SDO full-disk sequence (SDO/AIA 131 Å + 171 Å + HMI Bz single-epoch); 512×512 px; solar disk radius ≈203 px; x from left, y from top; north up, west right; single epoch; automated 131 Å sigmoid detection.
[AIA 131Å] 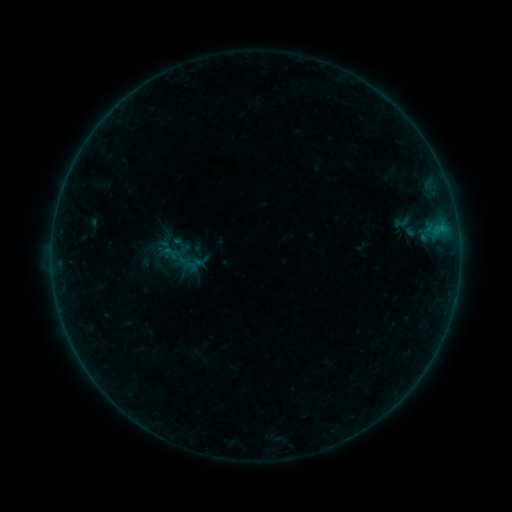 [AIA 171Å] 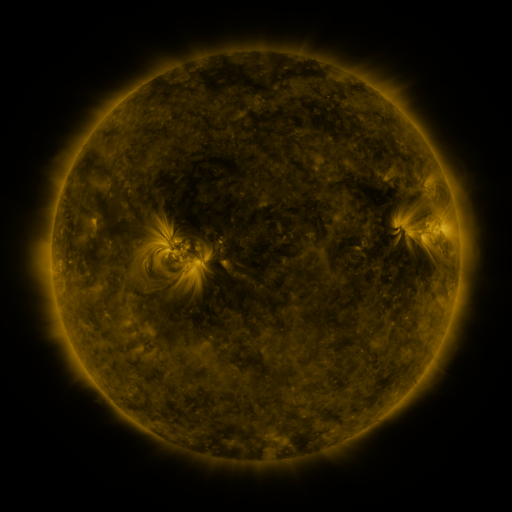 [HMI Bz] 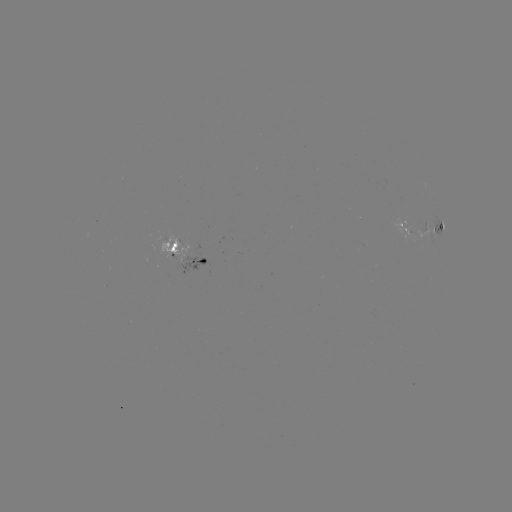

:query sigmoid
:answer (402, 222)